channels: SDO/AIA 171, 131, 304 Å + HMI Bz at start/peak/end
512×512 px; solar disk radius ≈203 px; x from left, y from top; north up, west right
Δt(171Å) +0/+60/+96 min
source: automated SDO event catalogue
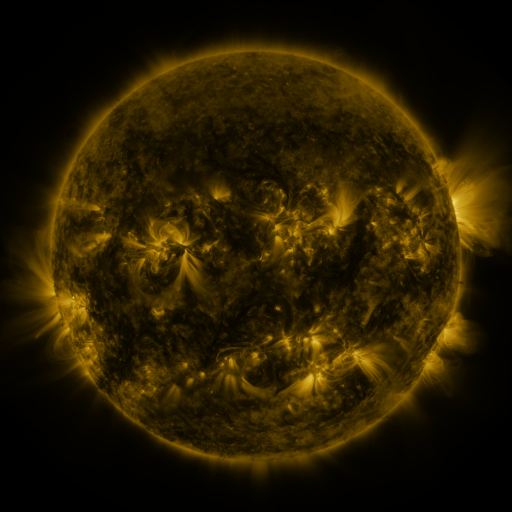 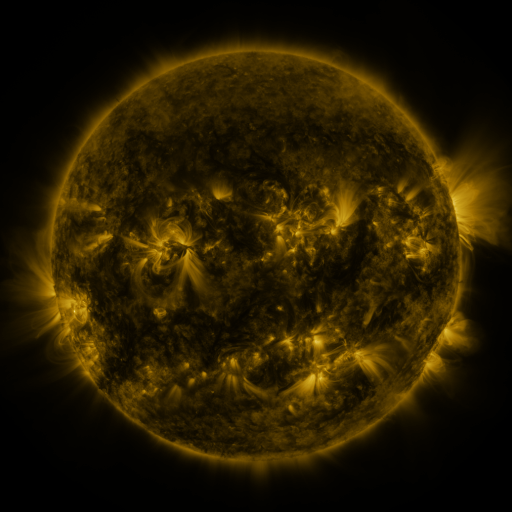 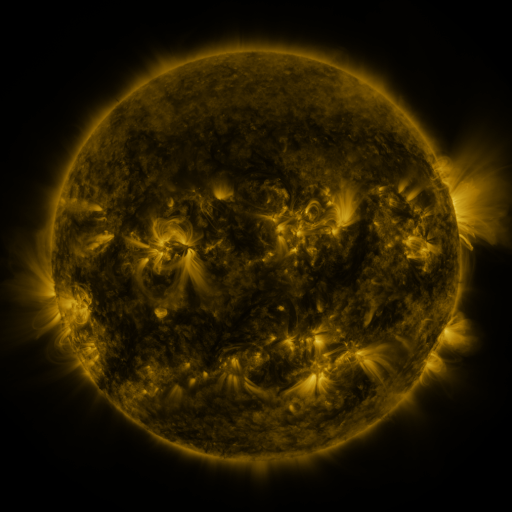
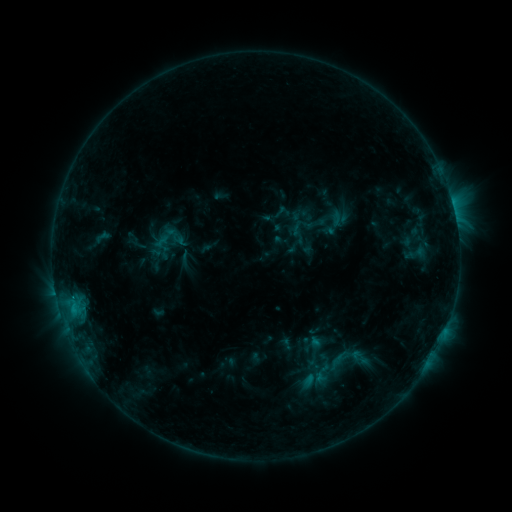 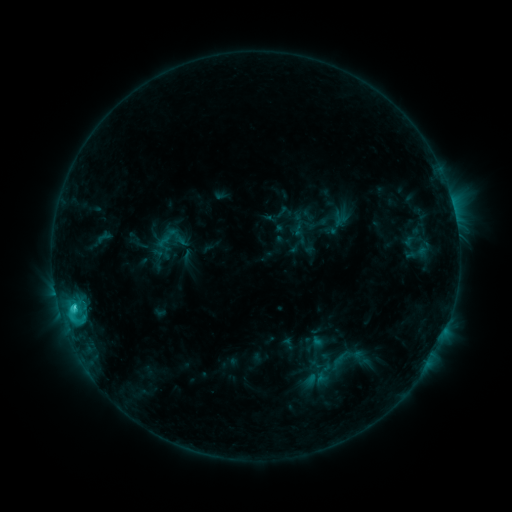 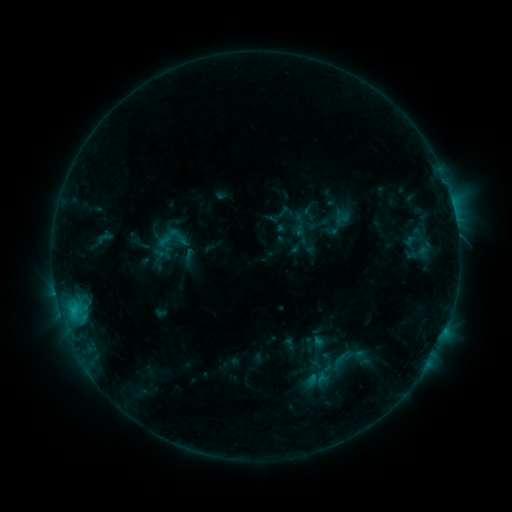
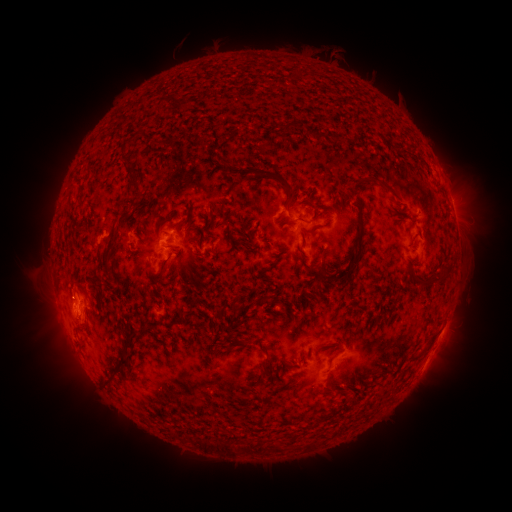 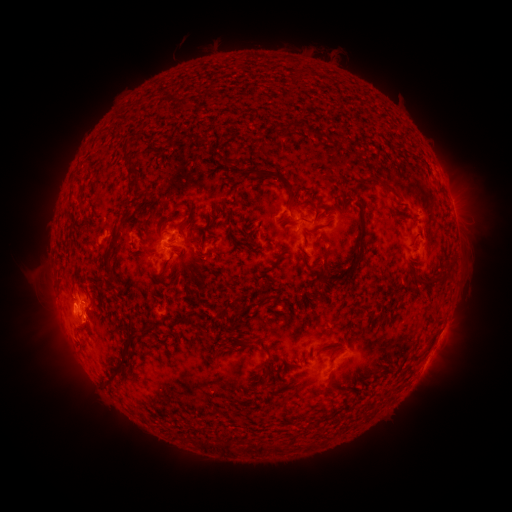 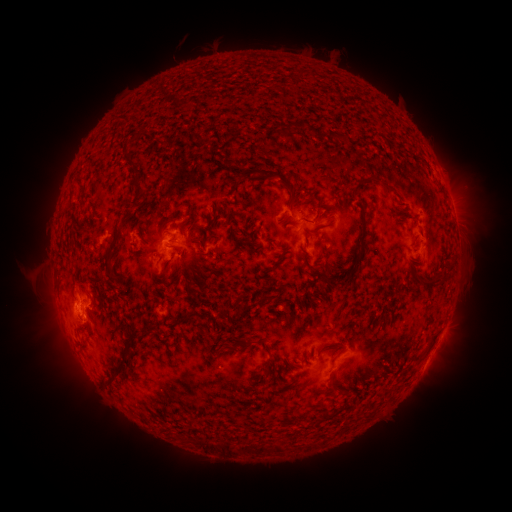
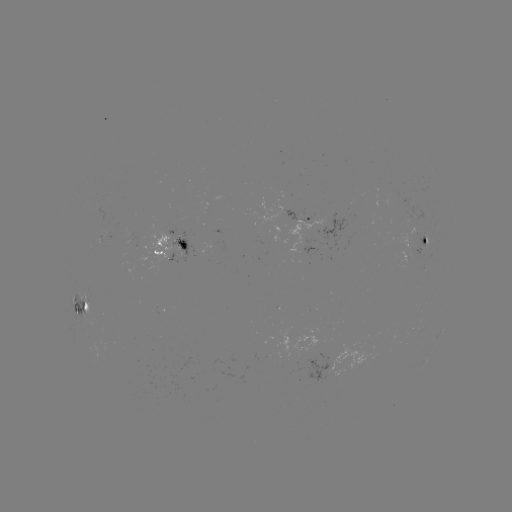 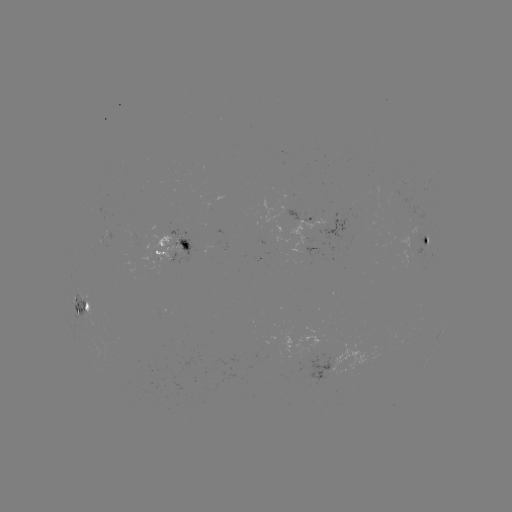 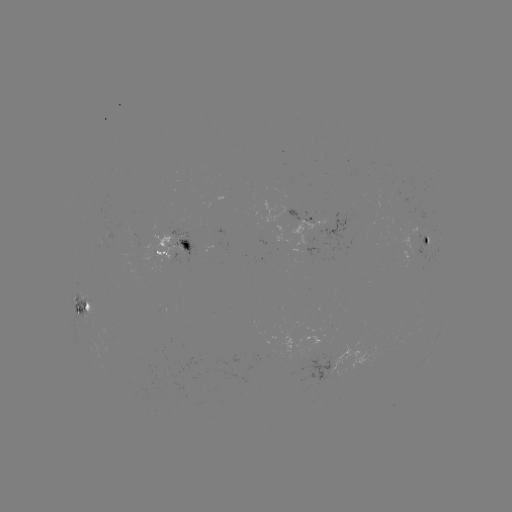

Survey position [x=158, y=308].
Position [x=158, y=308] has emerging-flux region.